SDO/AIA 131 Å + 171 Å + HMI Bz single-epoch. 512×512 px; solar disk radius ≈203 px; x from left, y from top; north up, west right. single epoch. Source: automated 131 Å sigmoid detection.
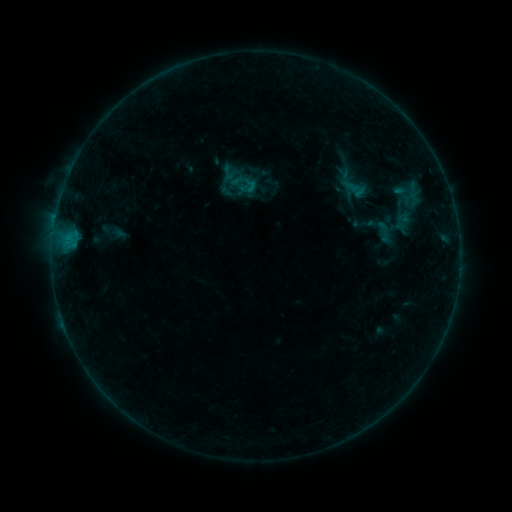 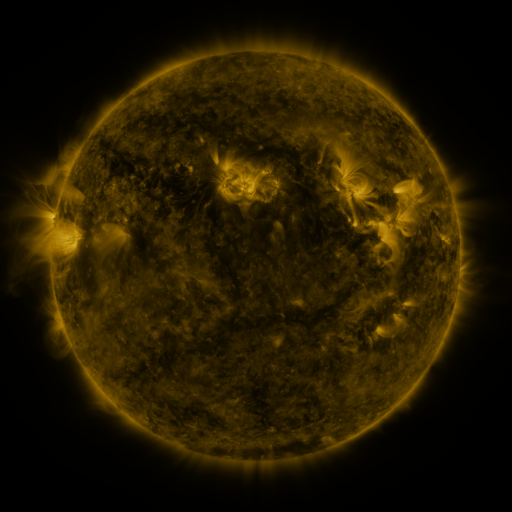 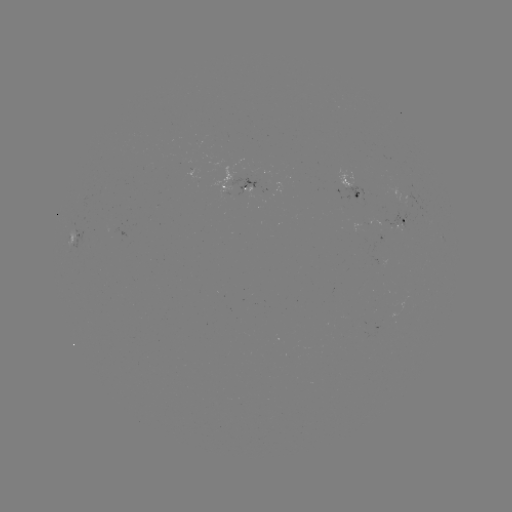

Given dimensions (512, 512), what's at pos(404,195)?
sigmoid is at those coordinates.